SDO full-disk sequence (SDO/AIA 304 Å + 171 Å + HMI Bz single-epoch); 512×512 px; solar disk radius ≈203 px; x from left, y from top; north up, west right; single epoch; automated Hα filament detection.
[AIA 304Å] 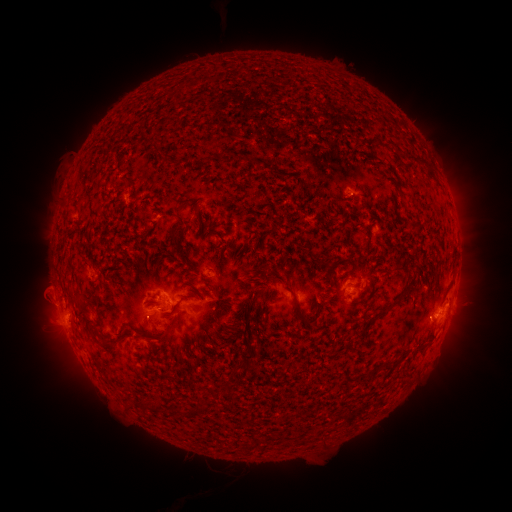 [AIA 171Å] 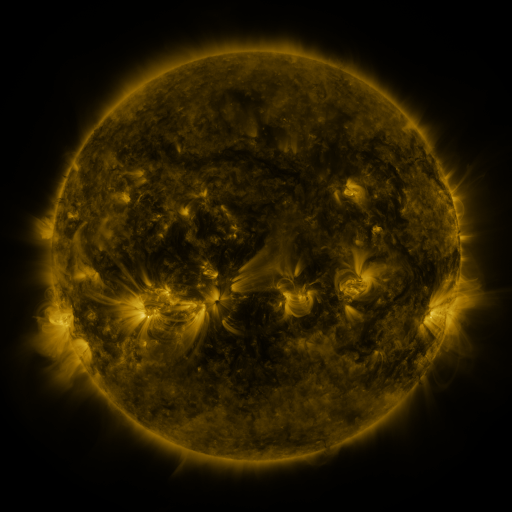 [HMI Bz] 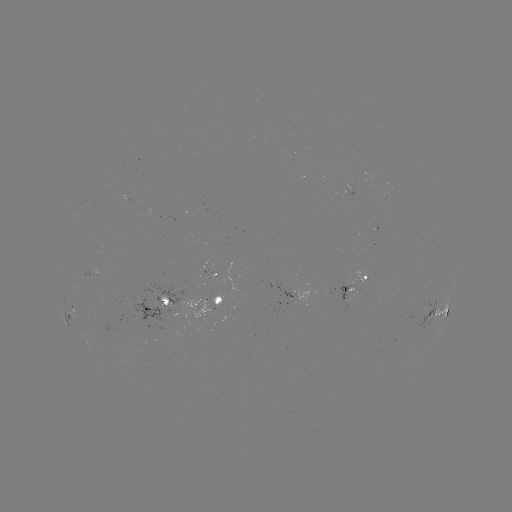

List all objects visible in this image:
filament: (419, 158)
filament: (273, 172)
filament: (394, 174)
filament: (188, 194)
filament: (197, 213)
filament: (416, 225)
filament: (206, 227)
filament: (245, 239)
filament: (224, 248)
filament: (185, 262)
filament: (126, 269)
filament: (157, 275)
filament: (191, 286)
filament: (288, 287)
filament: (137, 295)
filament: (106, 297)
filament: (252, 301)
filament: (324, 304)
filament: (390, 306)
filament: (222, 310)
filament: (293, 313)
filament: (261, 319)
filament: (305, 319)
filament: (136, 321)
filament: (89, 325)
filament: (242, 328)
filament: (122, 338)
filament: (160, 339)
filament: (103, 340)
filament: (248, 357)
filament: (394, 361)
filament: (255, 388)
filament: (214, 393)
filament: (148, 405)
filament: (204, 409)
